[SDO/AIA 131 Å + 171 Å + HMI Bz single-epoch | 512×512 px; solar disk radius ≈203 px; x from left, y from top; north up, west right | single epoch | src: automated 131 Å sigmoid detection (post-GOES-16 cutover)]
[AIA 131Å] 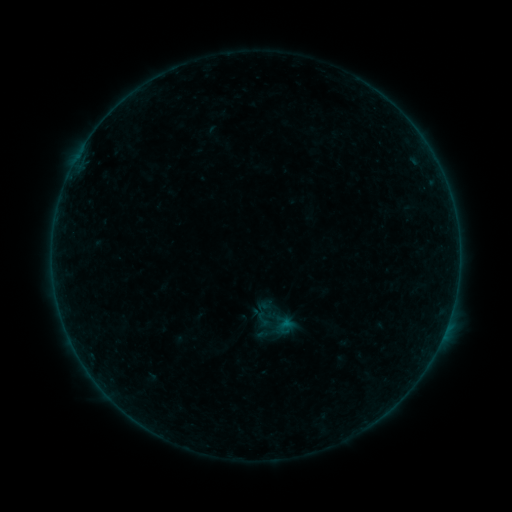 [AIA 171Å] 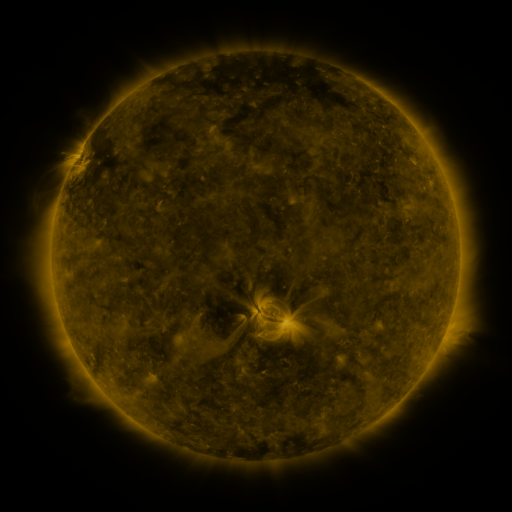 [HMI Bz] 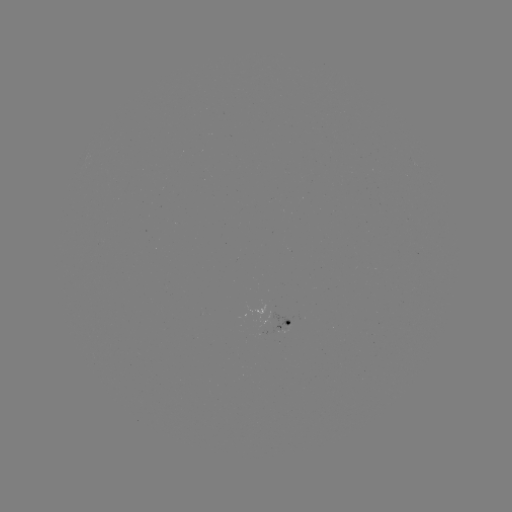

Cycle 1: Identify sigmoid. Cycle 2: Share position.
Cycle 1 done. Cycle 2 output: [263, 319].